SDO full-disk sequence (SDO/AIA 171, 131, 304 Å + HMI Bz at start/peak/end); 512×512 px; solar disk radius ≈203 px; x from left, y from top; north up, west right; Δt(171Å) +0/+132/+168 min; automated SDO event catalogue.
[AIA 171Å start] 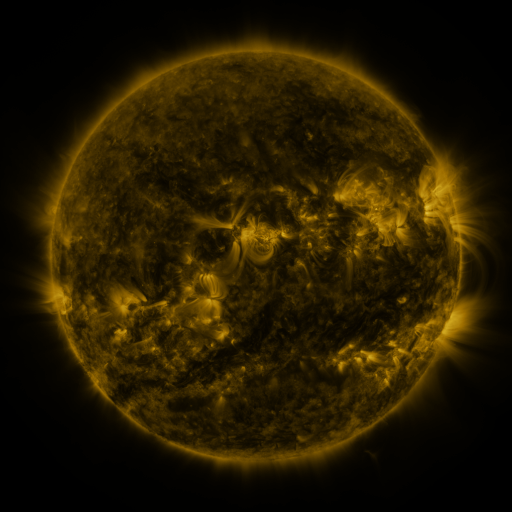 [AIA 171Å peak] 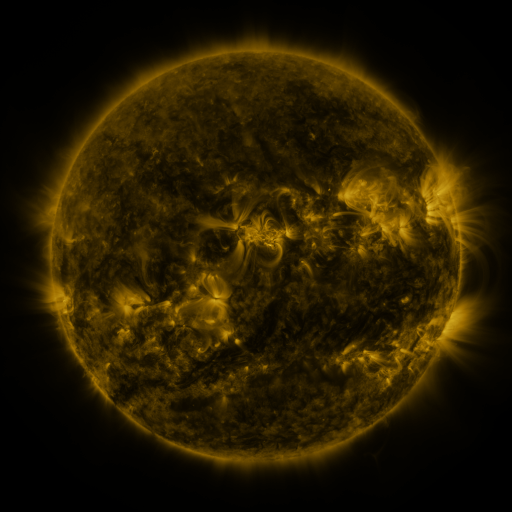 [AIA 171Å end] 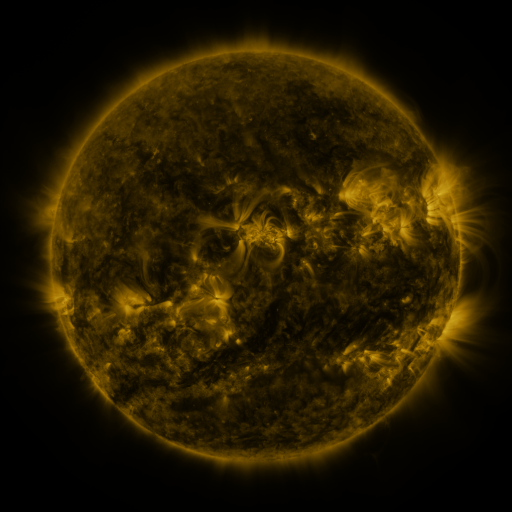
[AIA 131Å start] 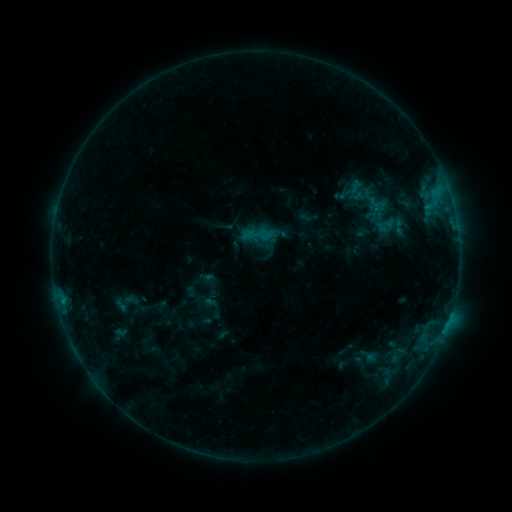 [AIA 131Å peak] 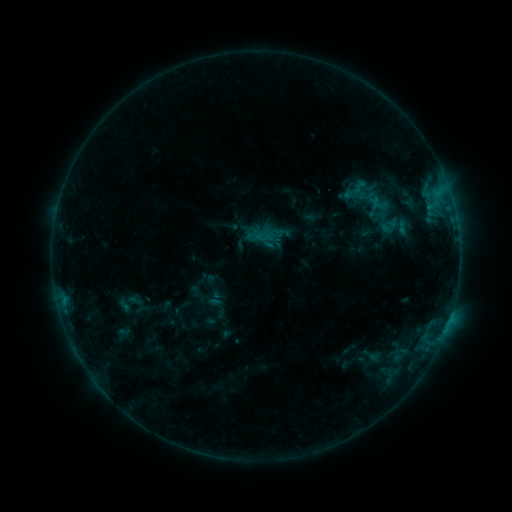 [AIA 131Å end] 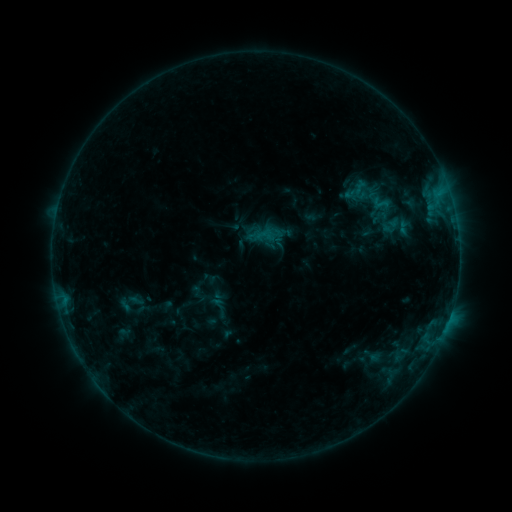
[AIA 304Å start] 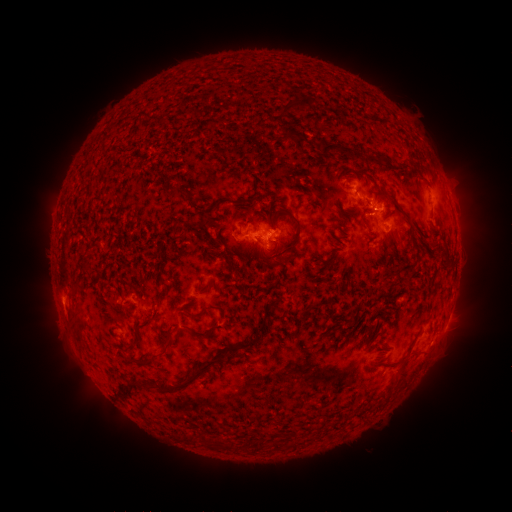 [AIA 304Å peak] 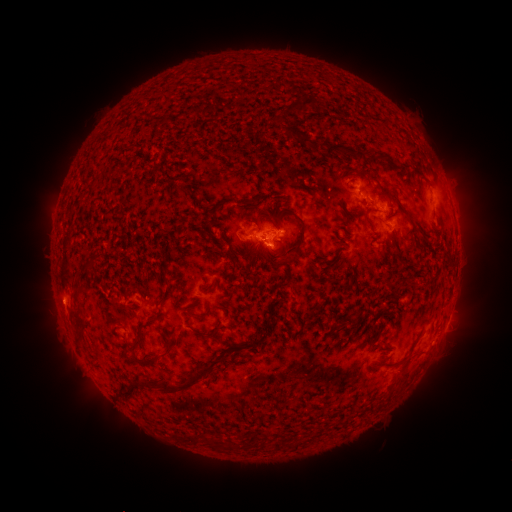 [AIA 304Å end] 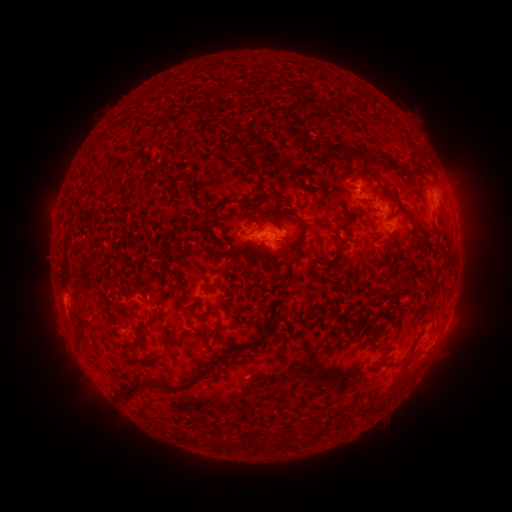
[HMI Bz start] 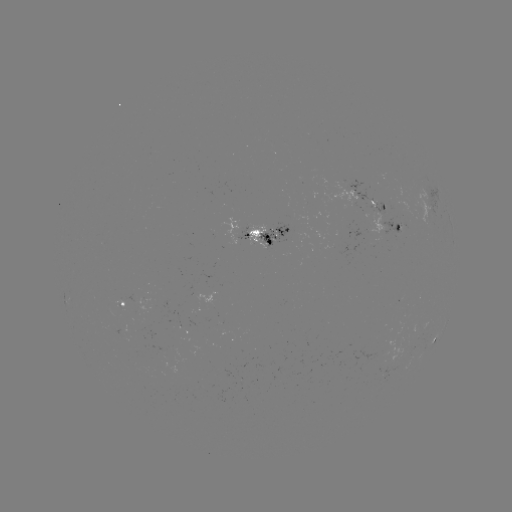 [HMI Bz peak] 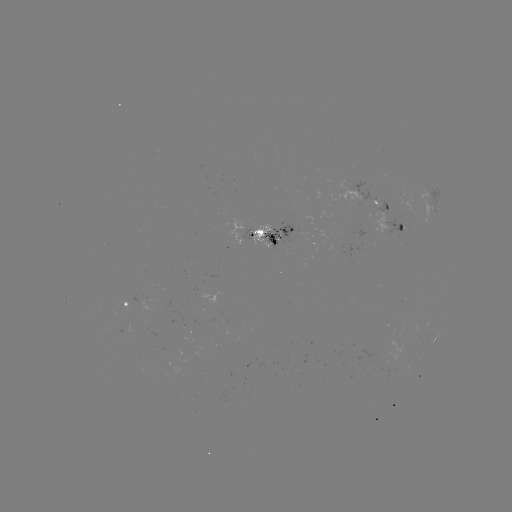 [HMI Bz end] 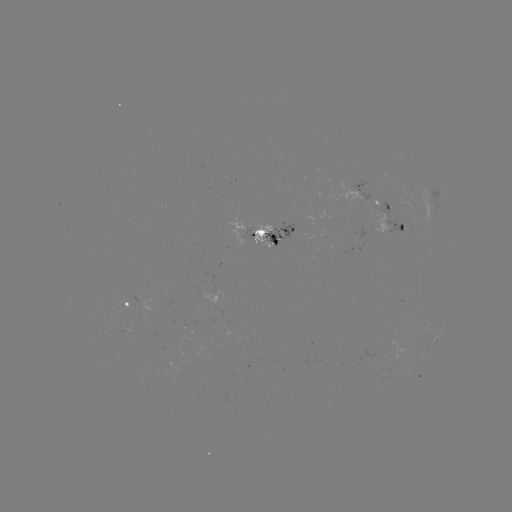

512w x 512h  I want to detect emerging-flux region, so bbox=[261, 222, 293, 250].